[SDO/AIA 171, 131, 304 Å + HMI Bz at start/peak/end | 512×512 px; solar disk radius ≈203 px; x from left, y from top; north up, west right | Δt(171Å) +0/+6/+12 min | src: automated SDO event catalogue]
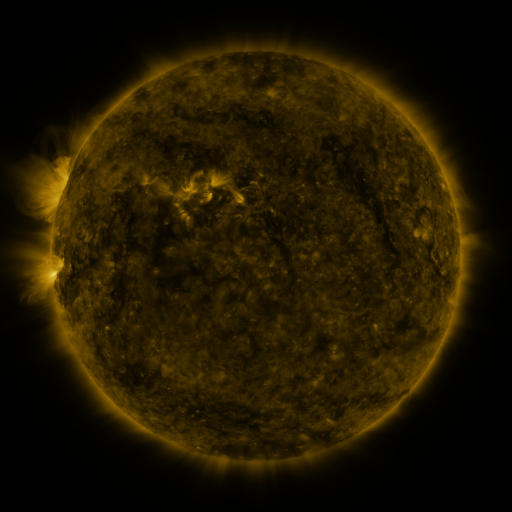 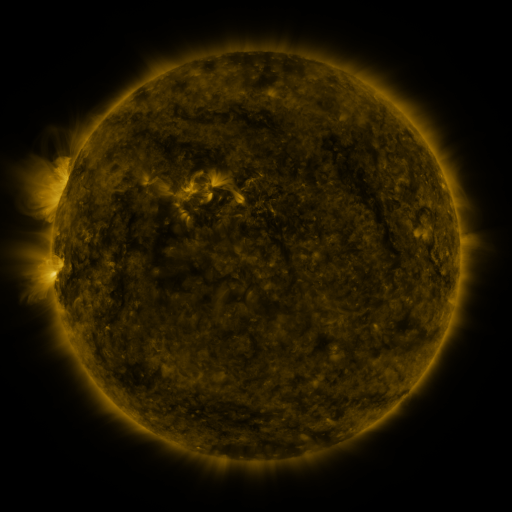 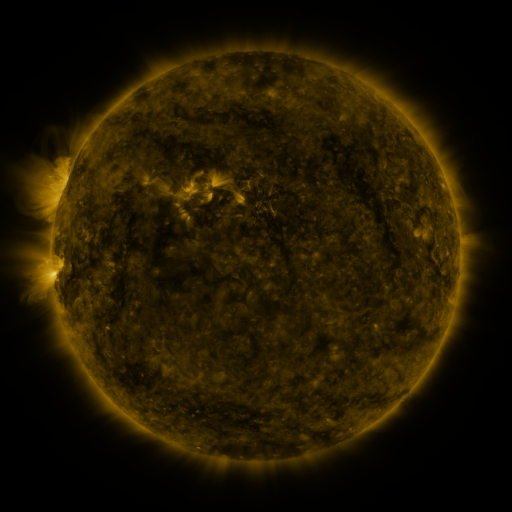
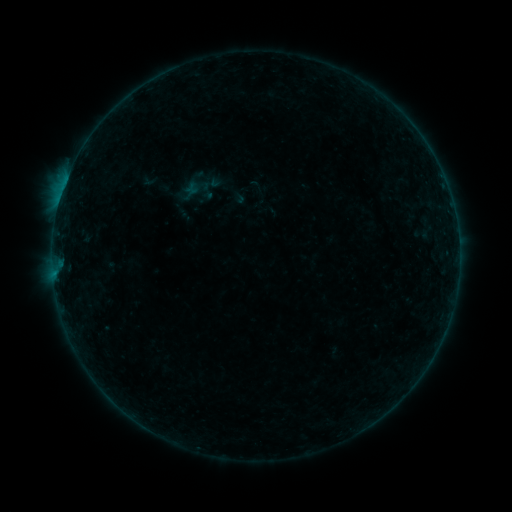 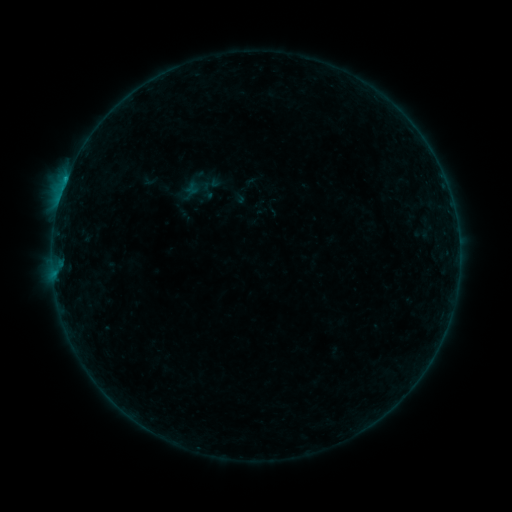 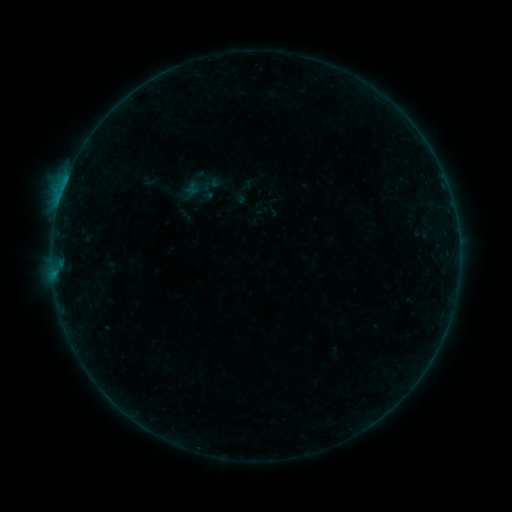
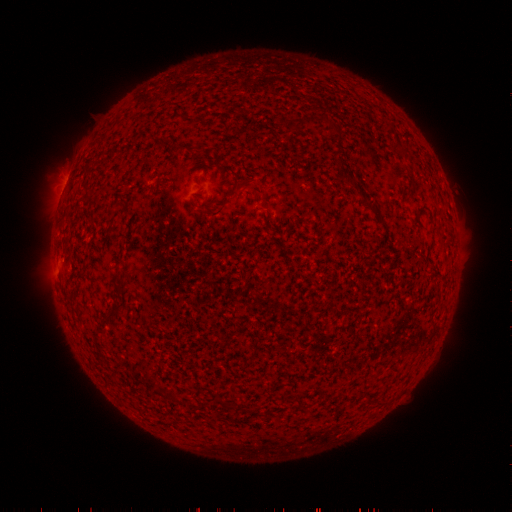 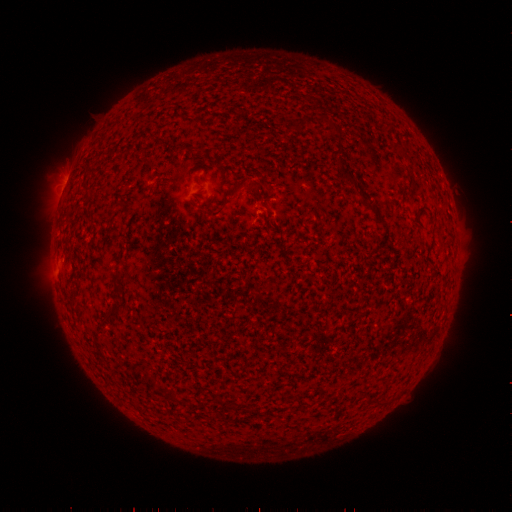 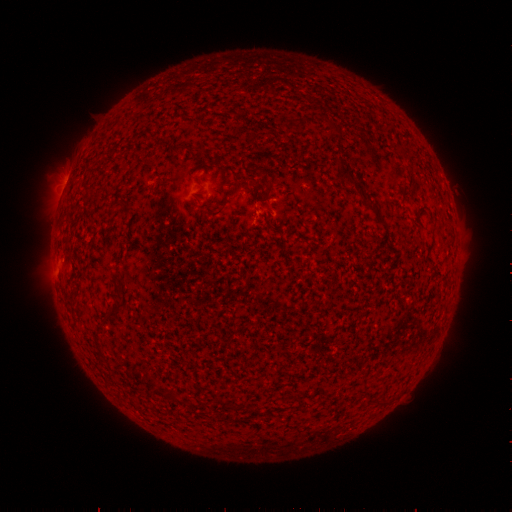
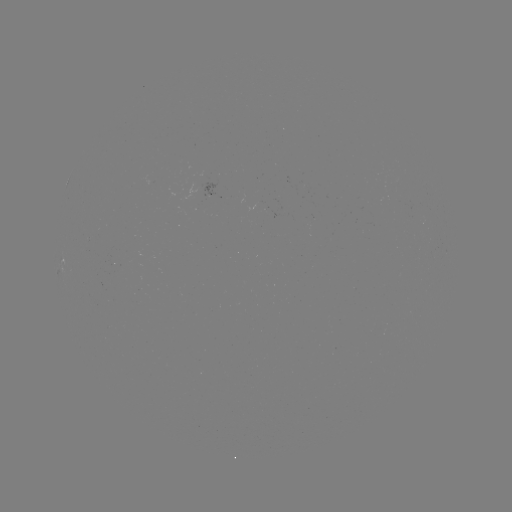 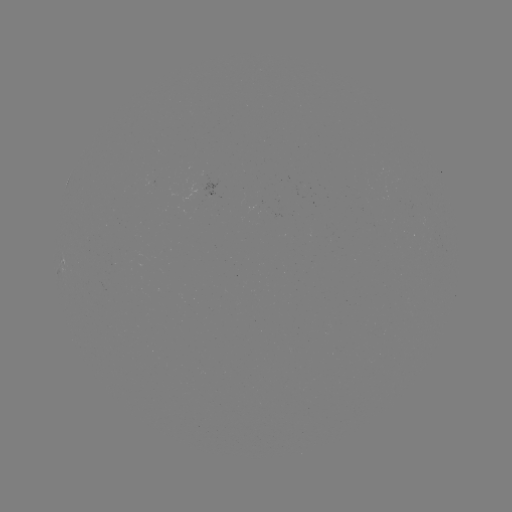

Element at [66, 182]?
B3.0 flare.